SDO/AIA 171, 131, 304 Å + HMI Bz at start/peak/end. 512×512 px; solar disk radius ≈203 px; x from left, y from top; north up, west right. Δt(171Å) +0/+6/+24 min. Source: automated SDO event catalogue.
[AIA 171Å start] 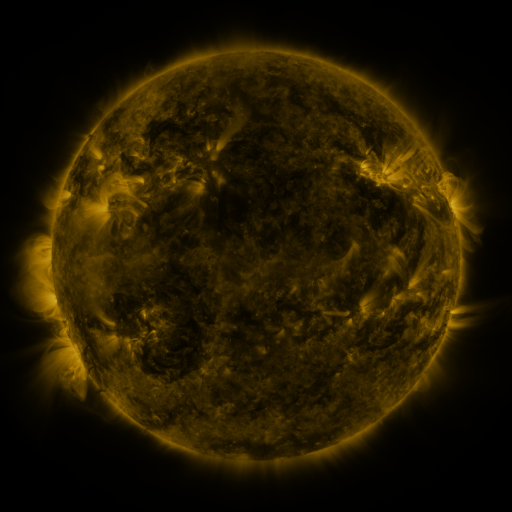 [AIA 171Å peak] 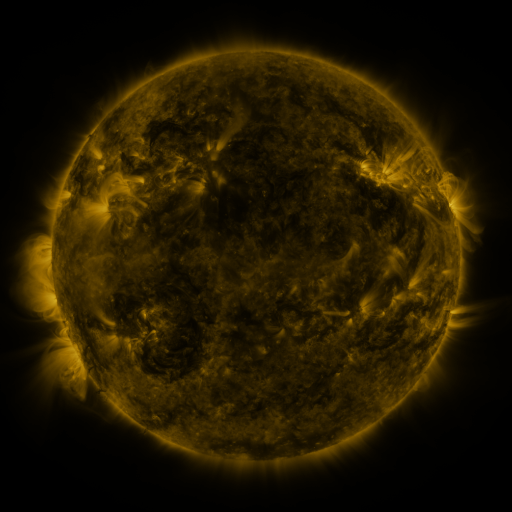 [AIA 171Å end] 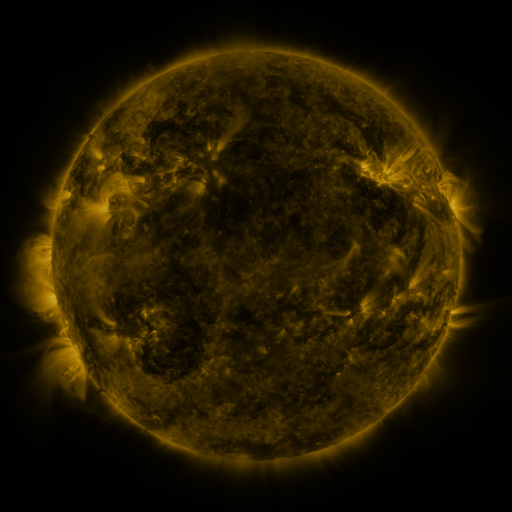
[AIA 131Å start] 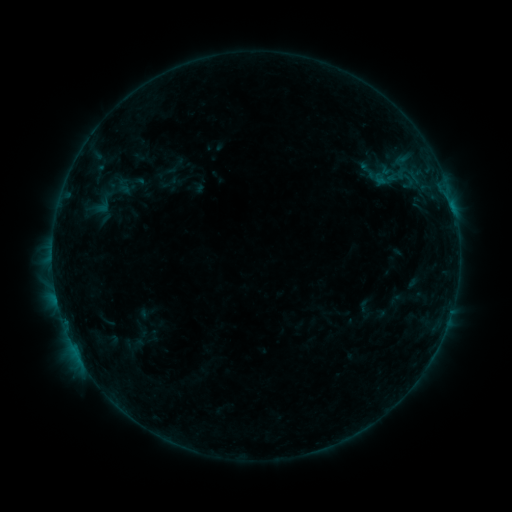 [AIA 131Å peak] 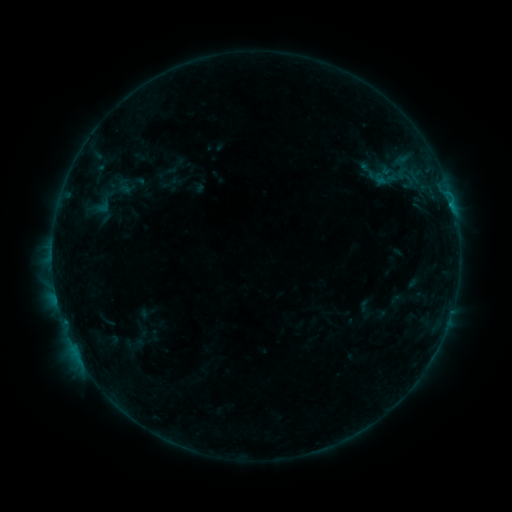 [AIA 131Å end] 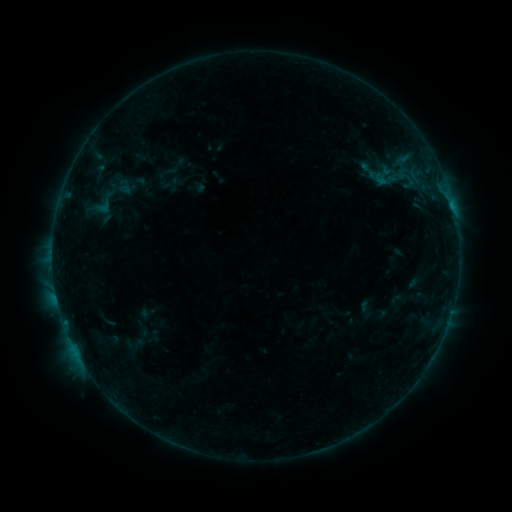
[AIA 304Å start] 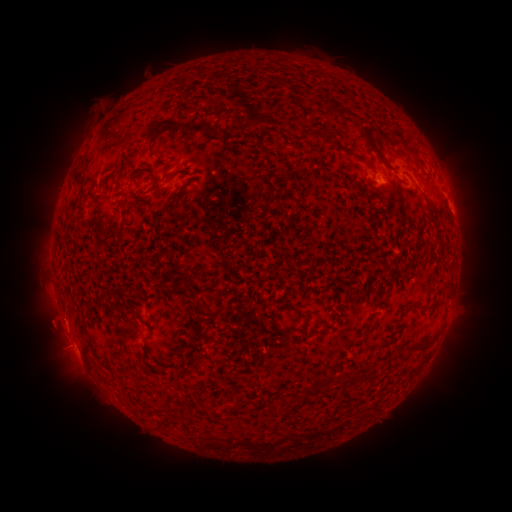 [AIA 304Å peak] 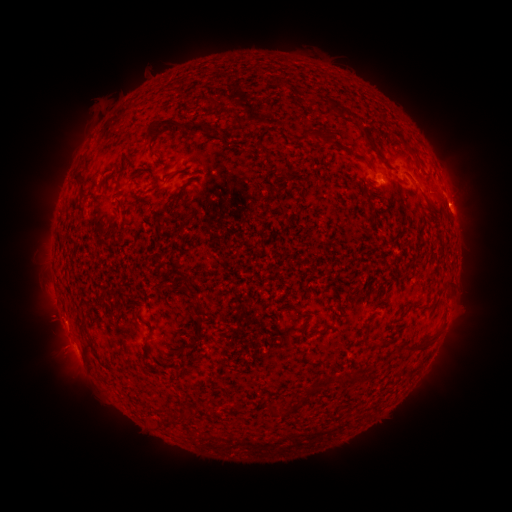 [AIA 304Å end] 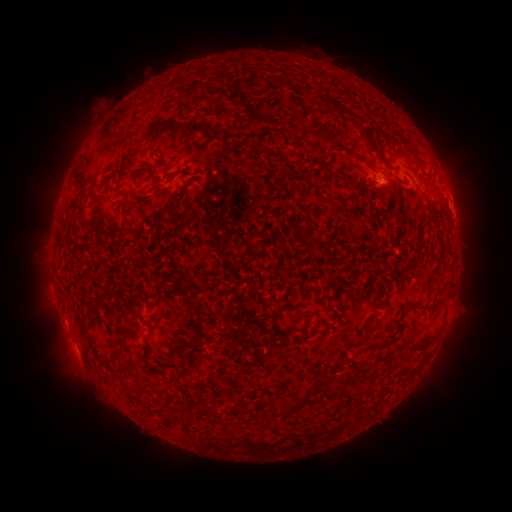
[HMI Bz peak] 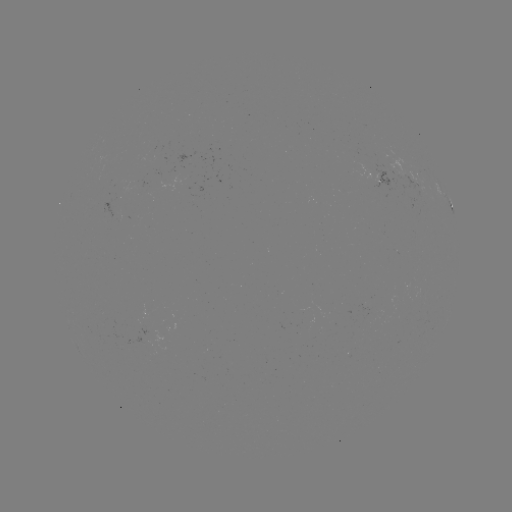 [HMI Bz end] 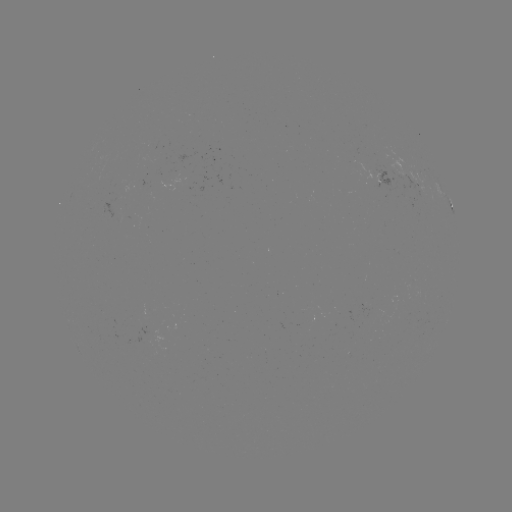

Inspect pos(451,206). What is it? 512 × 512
B2.8 flare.